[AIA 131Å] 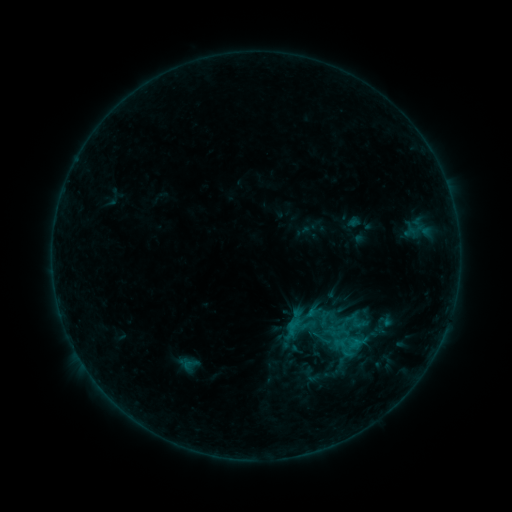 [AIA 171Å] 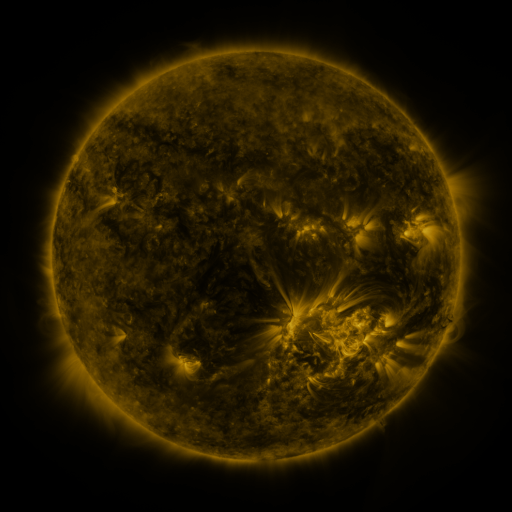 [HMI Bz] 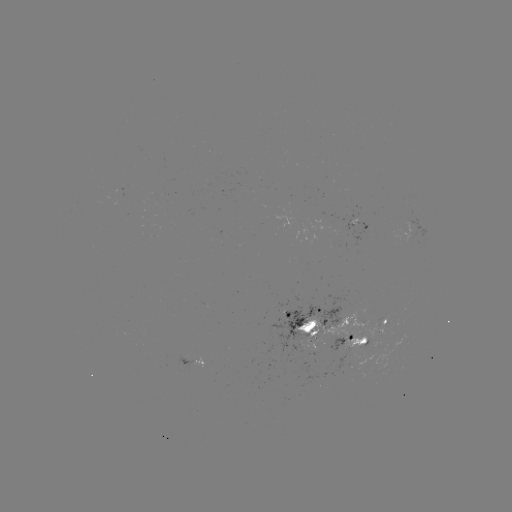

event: sigmoid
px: (344, 350)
